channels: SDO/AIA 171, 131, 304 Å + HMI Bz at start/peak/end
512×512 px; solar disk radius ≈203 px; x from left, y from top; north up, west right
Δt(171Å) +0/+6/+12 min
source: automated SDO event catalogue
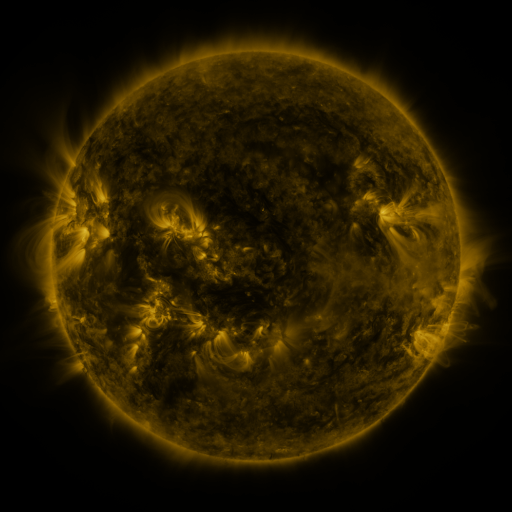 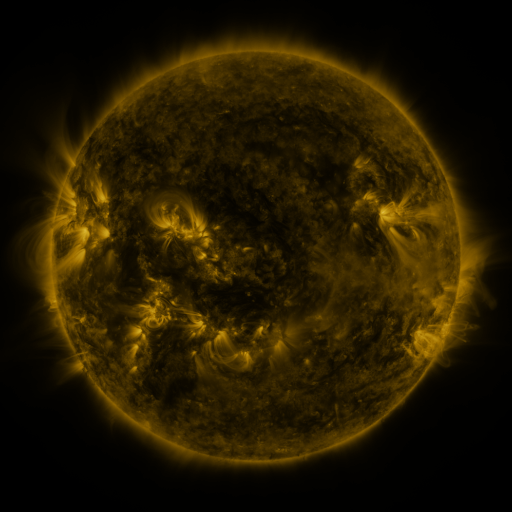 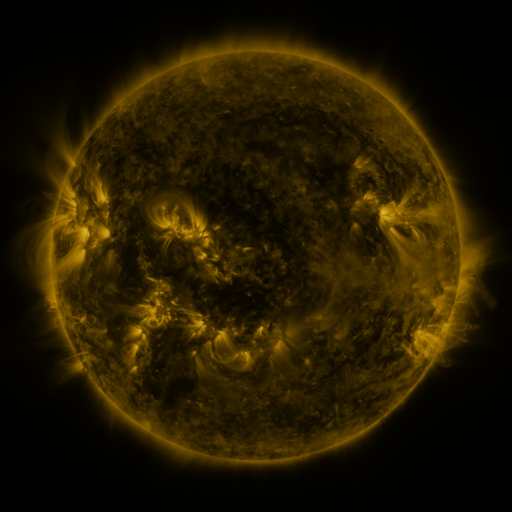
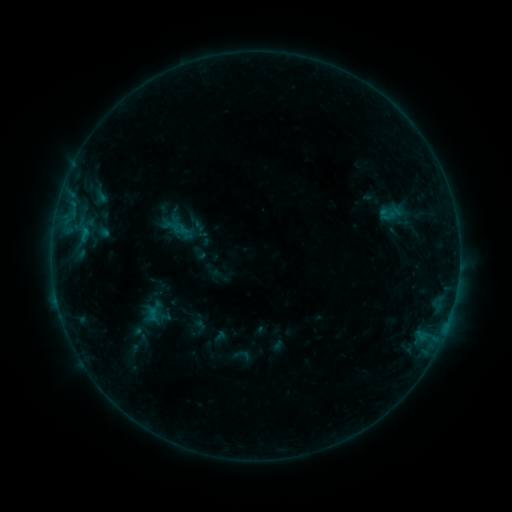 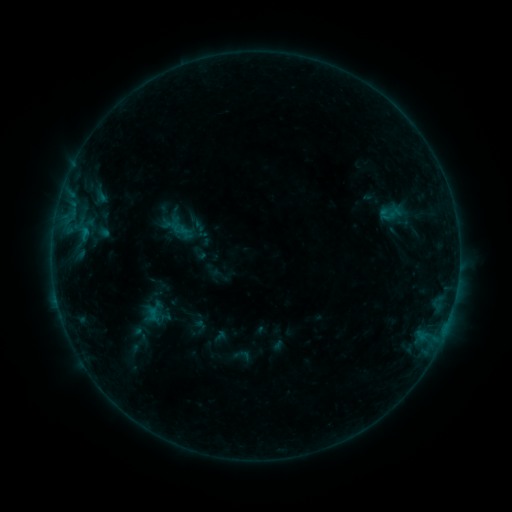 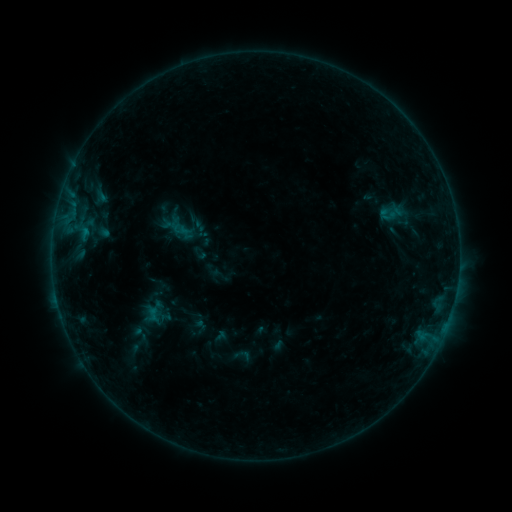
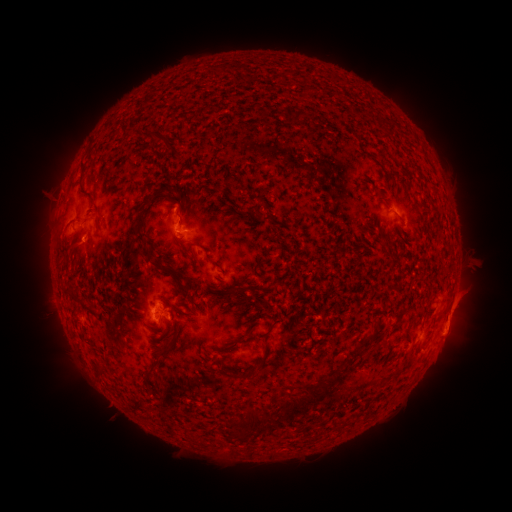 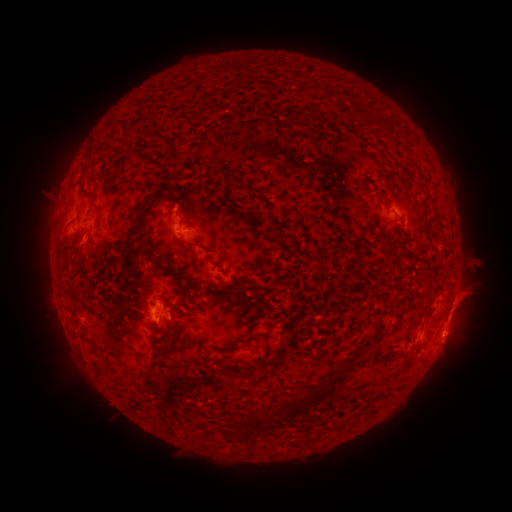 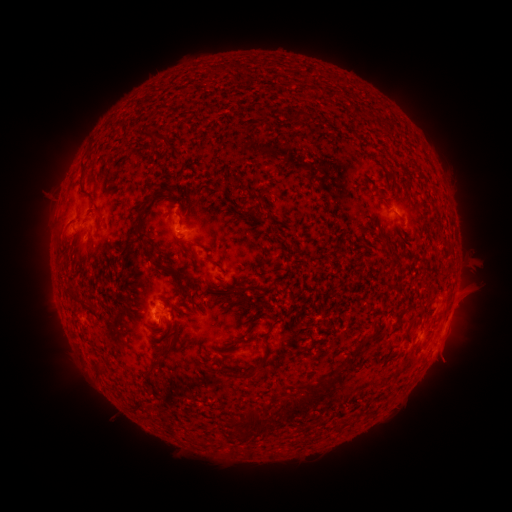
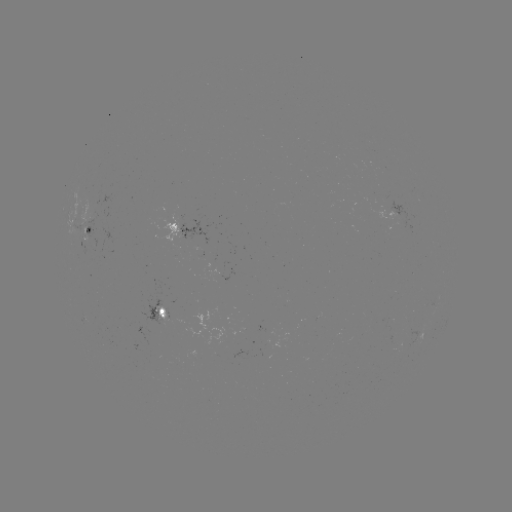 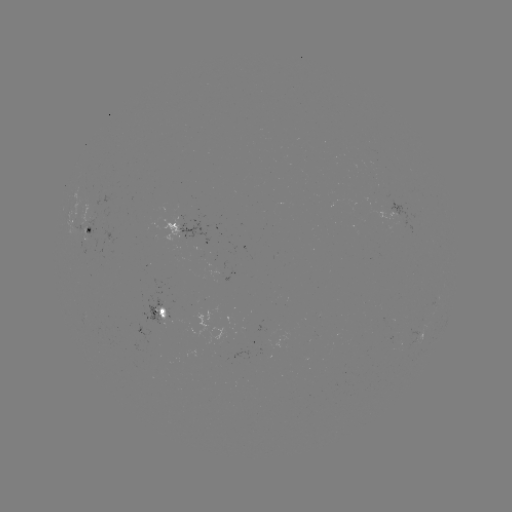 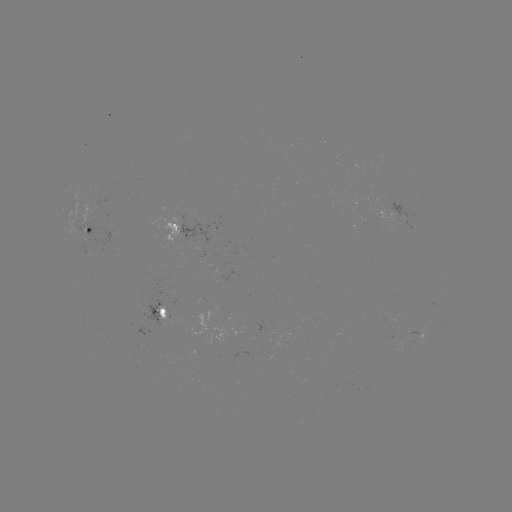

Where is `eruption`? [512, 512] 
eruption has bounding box [424, 330, 479, 376].